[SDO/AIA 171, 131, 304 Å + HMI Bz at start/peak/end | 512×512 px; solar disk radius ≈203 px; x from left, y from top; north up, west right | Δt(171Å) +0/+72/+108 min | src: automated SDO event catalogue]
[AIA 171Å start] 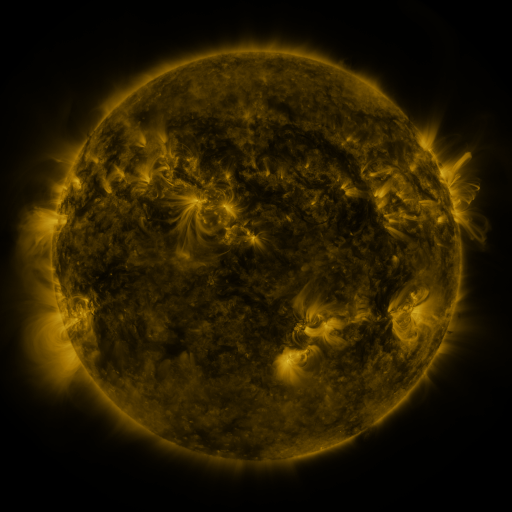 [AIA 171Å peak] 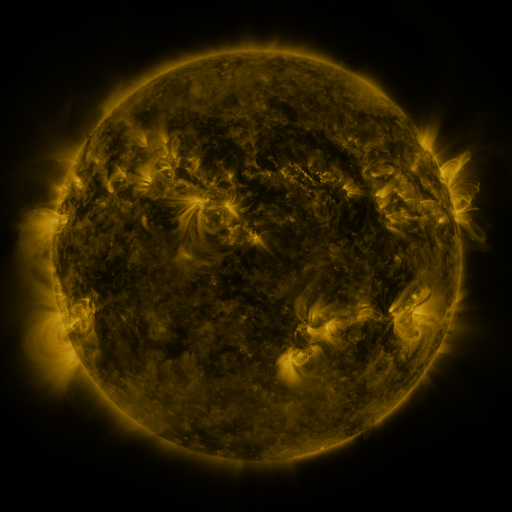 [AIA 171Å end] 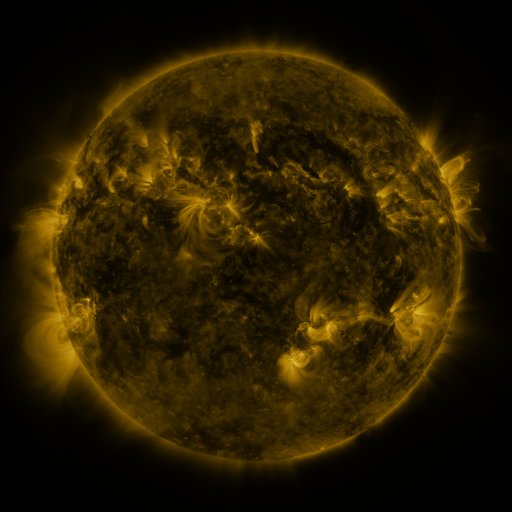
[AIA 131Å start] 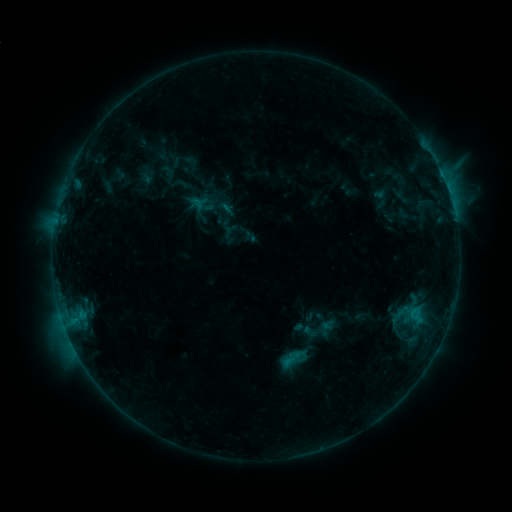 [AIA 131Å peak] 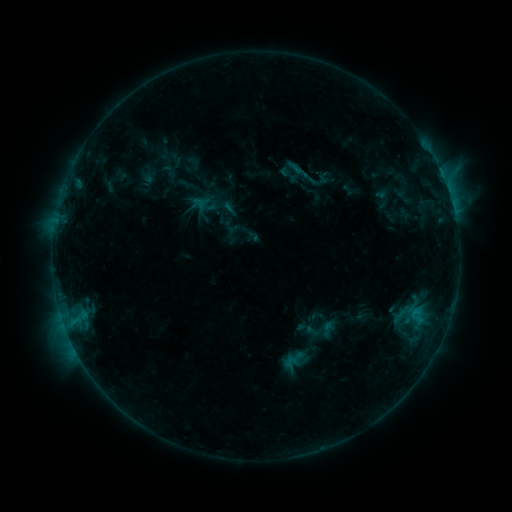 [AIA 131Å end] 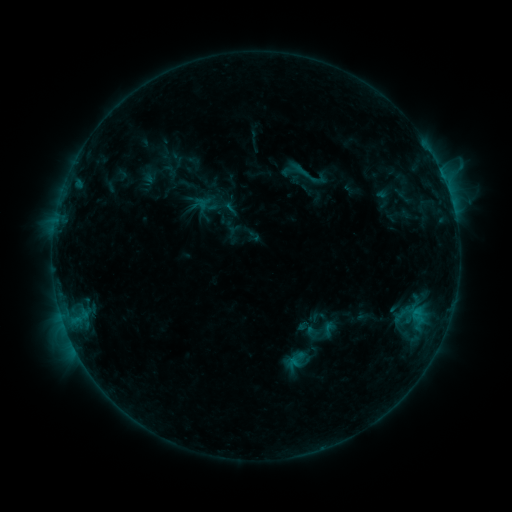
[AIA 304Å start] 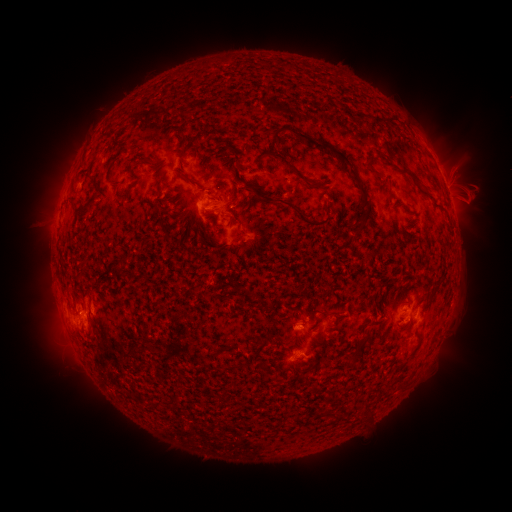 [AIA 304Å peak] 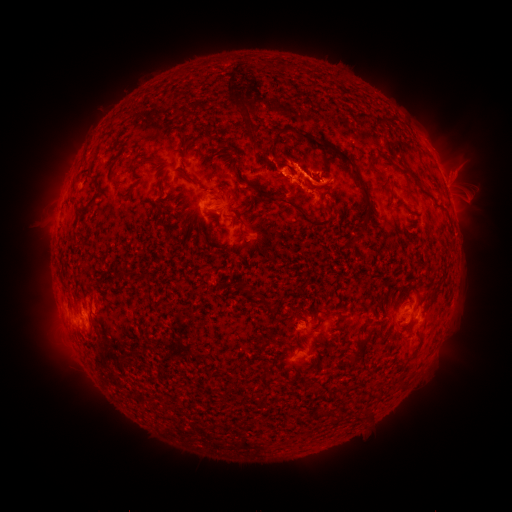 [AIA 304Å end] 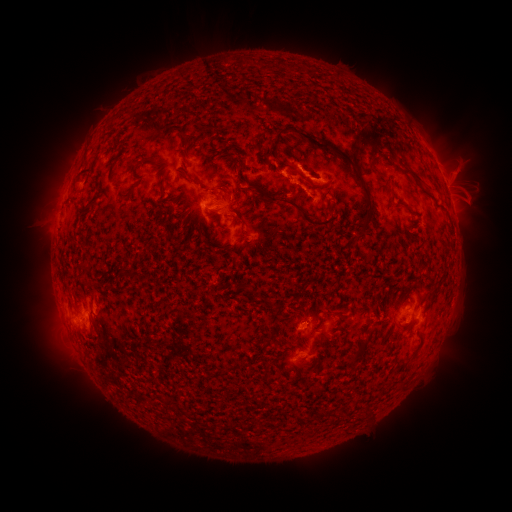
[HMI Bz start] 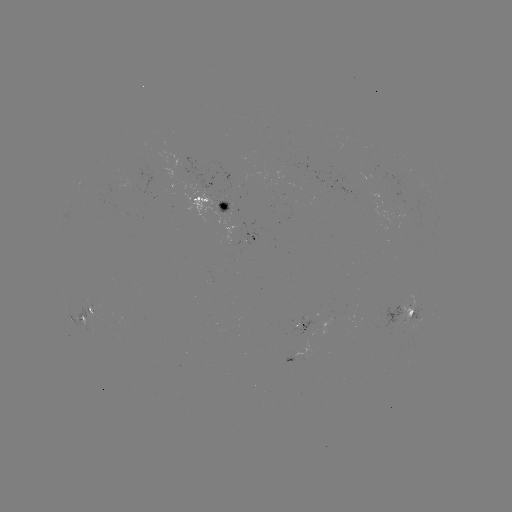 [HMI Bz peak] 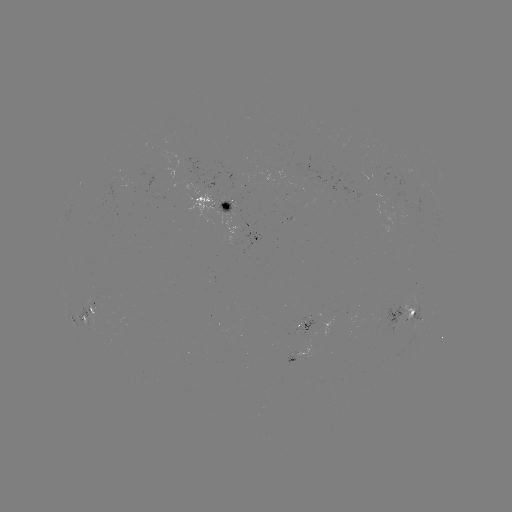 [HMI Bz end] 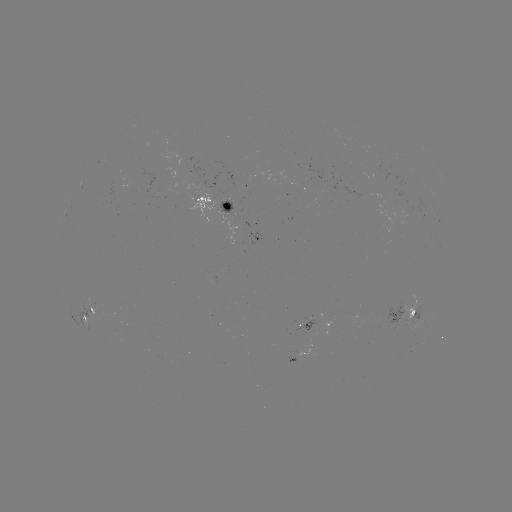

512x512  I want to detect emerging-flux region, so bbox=[140, 169, 168, 196].